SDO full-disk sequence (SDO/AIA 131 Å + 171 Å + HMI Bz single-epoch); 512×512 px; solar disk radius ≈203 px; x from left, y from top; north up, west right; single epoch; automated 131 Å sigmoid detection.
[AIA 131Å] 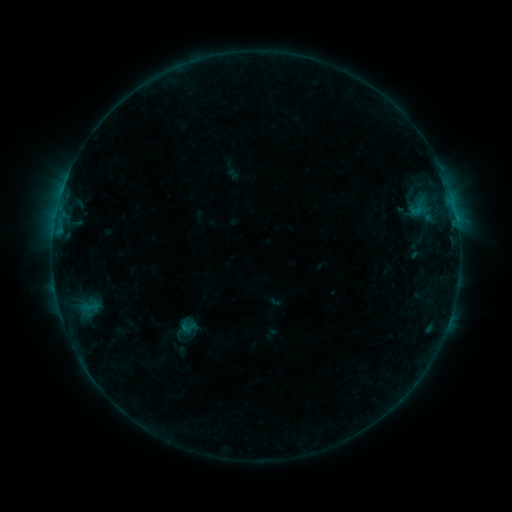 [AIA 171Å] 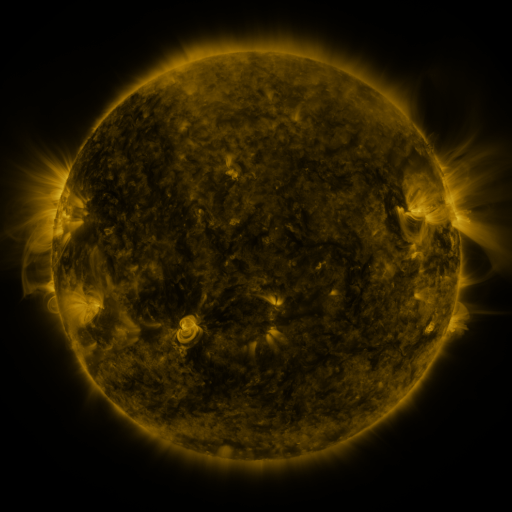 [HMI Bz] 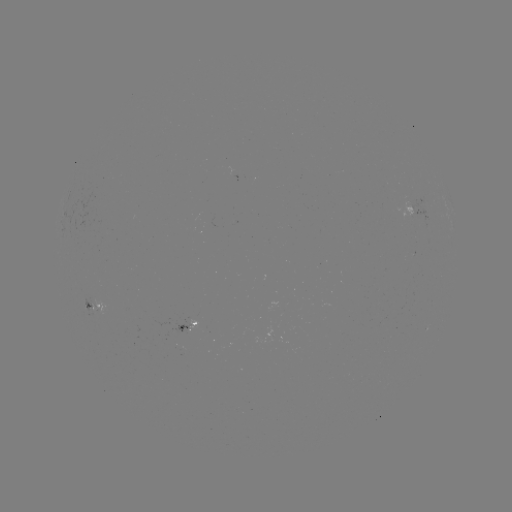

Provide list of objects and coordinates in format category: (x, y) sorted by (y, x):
sigmoid: (188, 327)
